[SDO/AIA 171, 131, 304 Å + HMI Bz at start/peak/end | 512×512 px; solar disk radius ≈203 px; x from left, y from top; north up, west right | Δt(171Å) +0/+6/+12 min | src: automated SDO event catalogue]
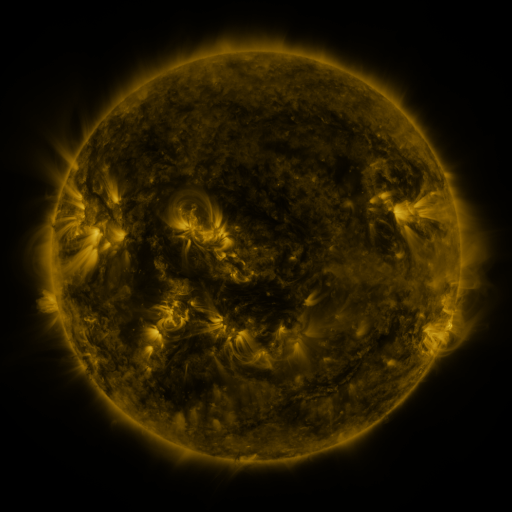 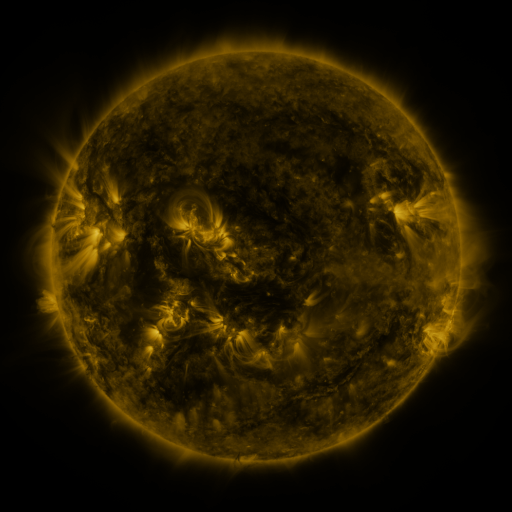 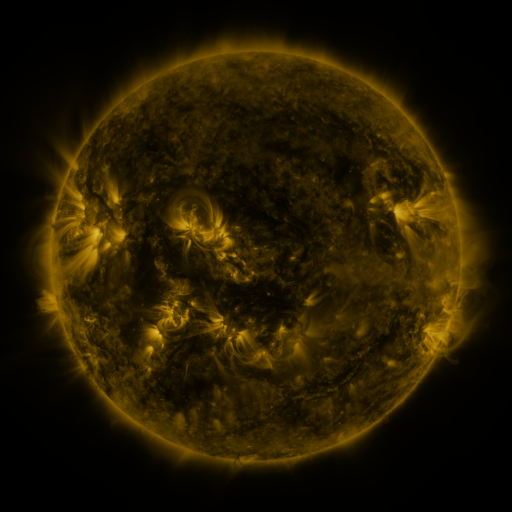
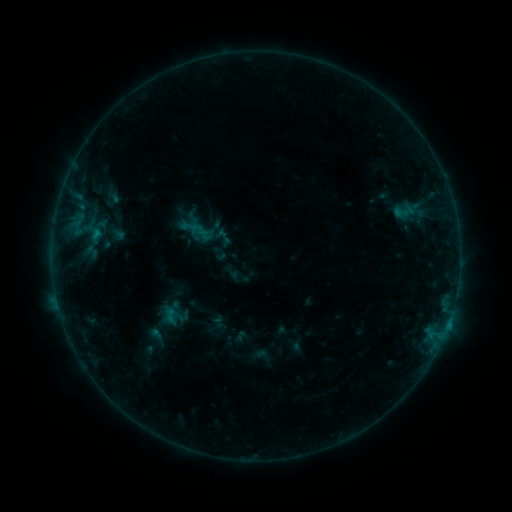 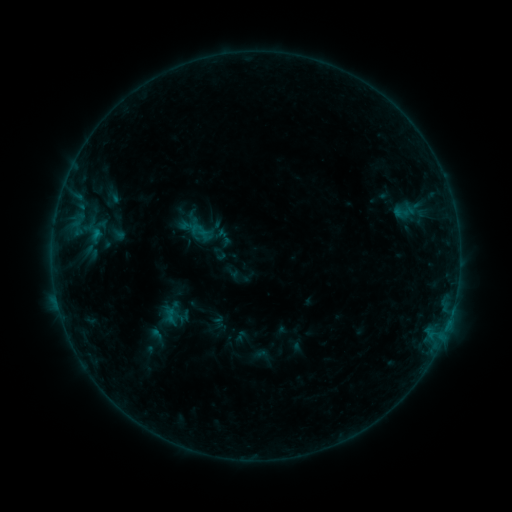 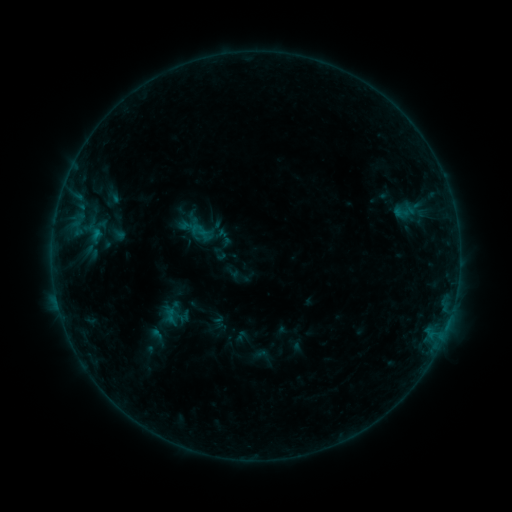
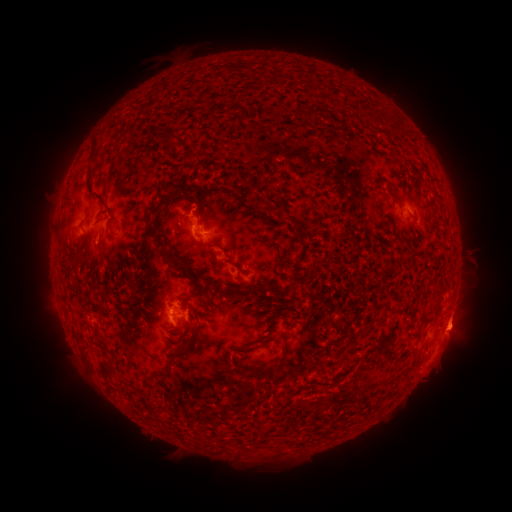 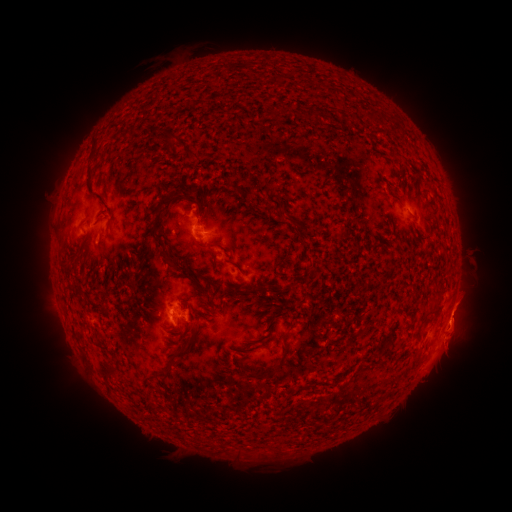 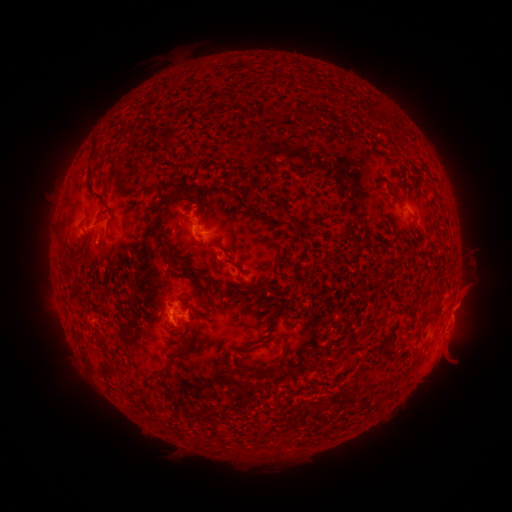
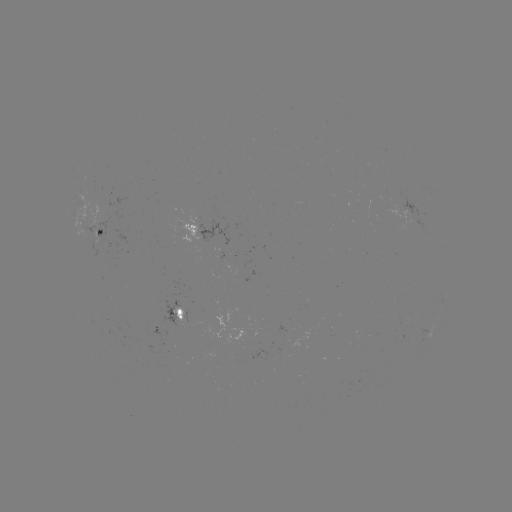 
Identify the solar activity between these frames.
eruption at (453, 356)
